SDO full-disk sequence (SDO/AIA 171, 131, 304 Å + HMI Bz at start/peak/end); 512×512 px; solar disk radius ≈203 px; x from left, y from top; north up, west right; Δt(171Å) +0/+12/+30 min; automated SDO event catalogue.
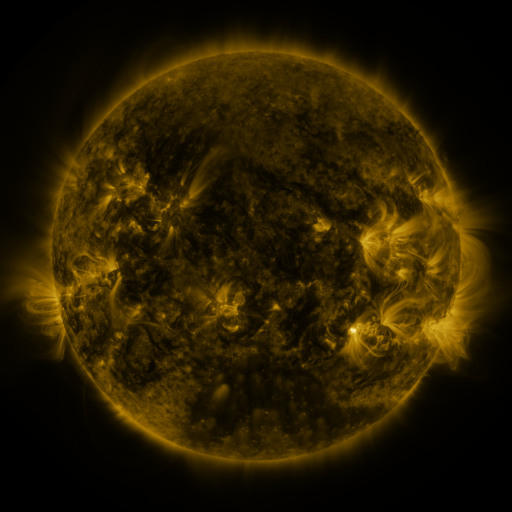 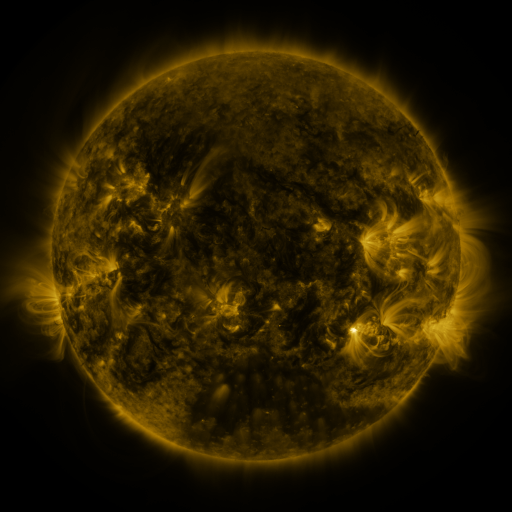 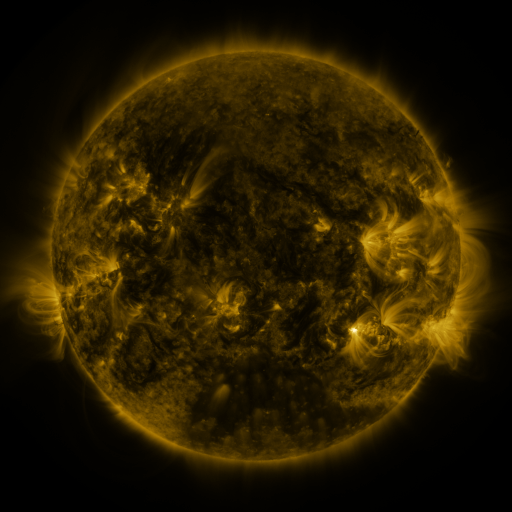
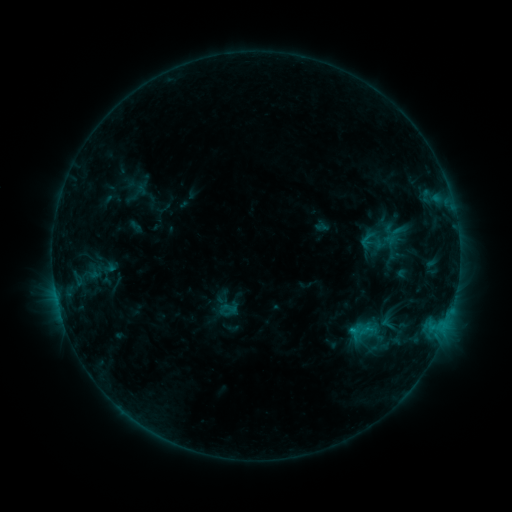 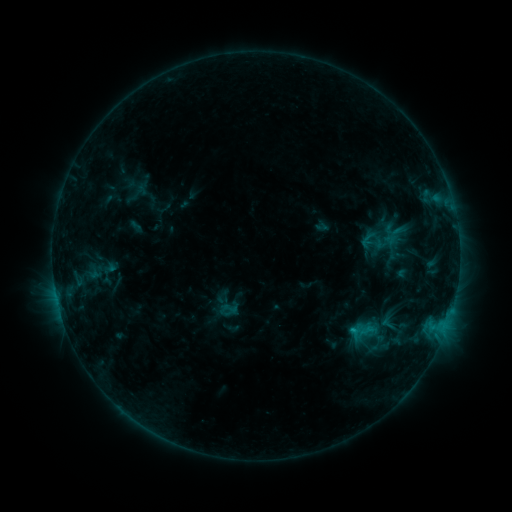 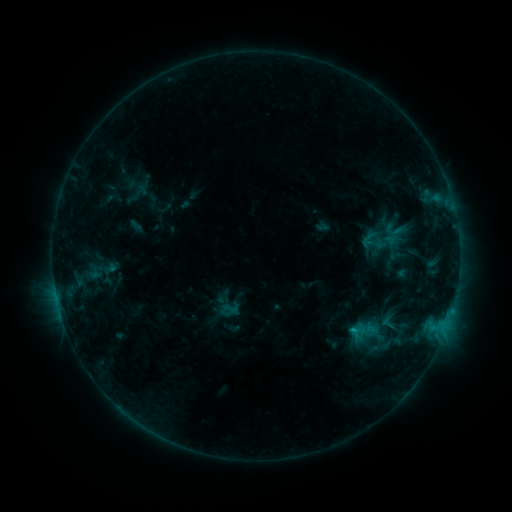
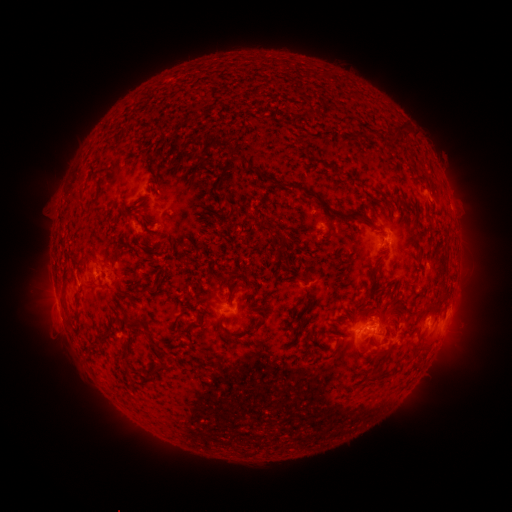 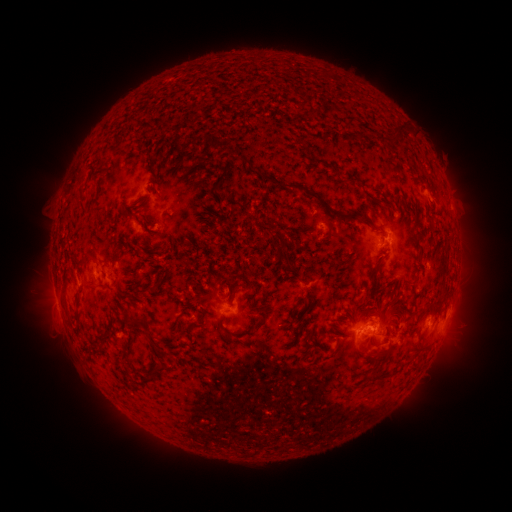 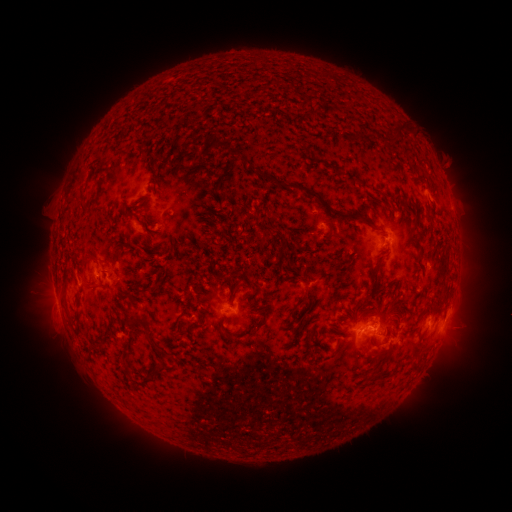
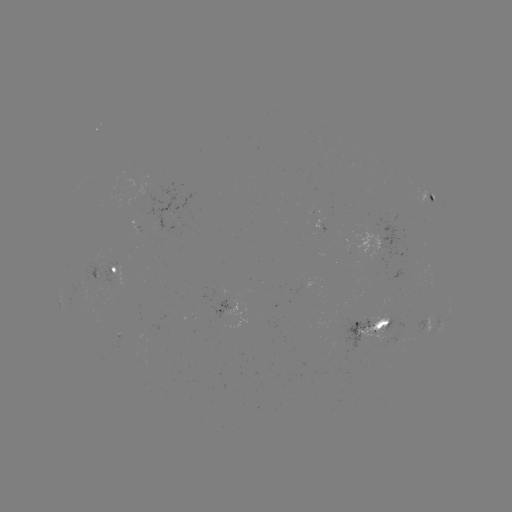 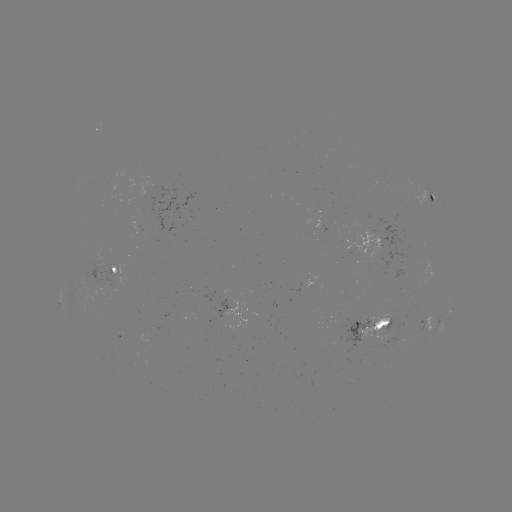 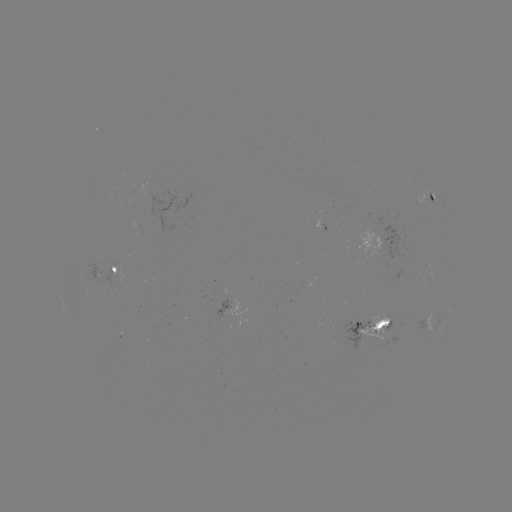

no flare in any classed list; no EUV-trigger detection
